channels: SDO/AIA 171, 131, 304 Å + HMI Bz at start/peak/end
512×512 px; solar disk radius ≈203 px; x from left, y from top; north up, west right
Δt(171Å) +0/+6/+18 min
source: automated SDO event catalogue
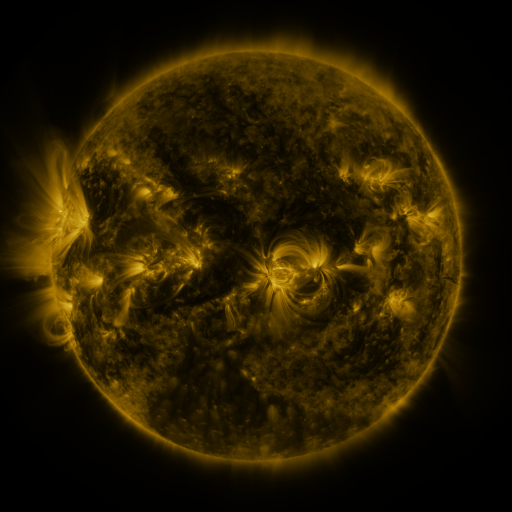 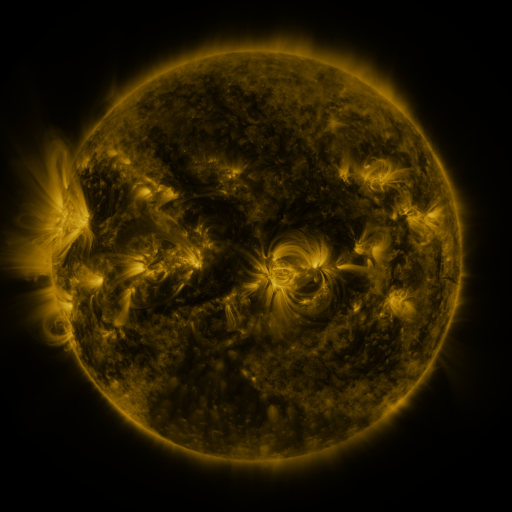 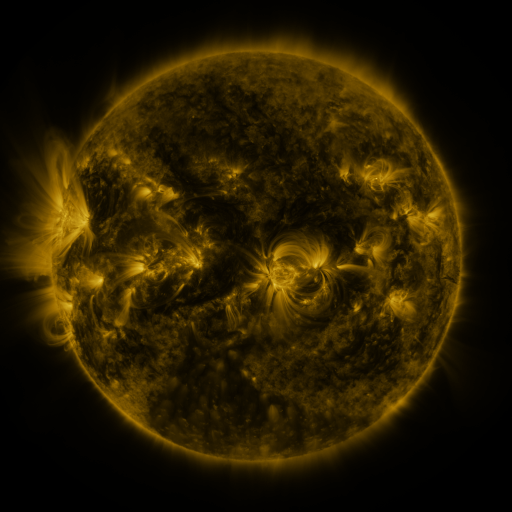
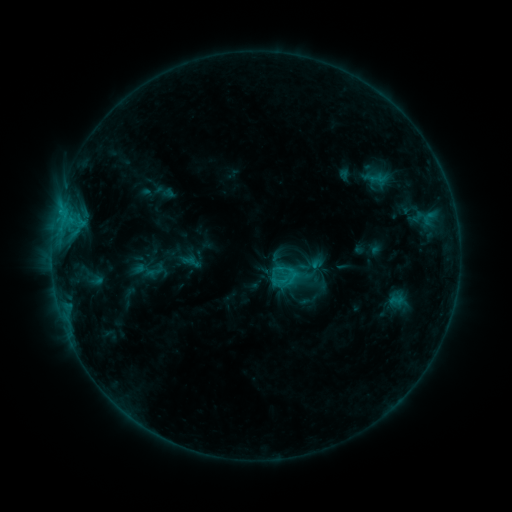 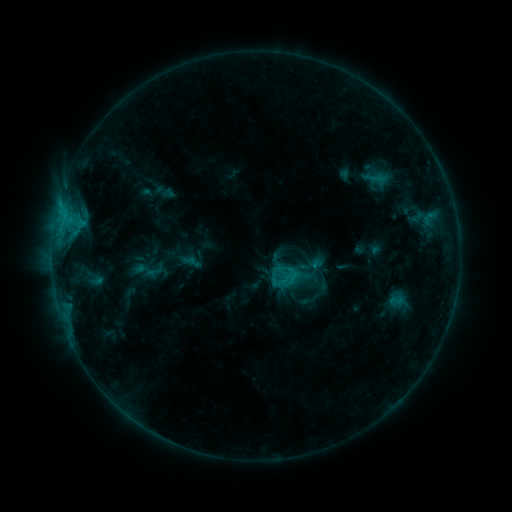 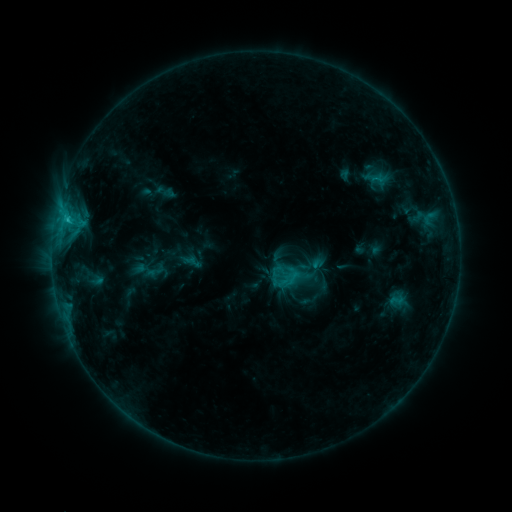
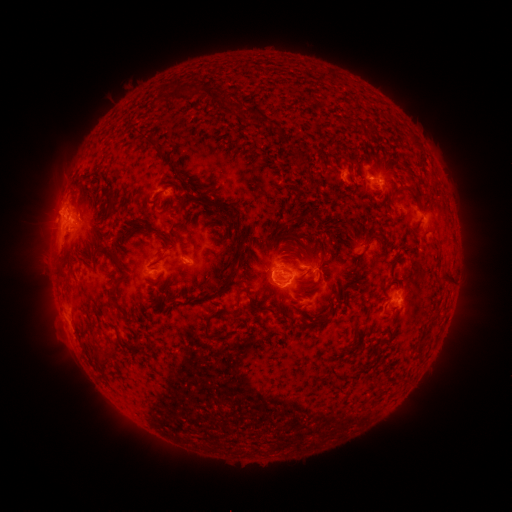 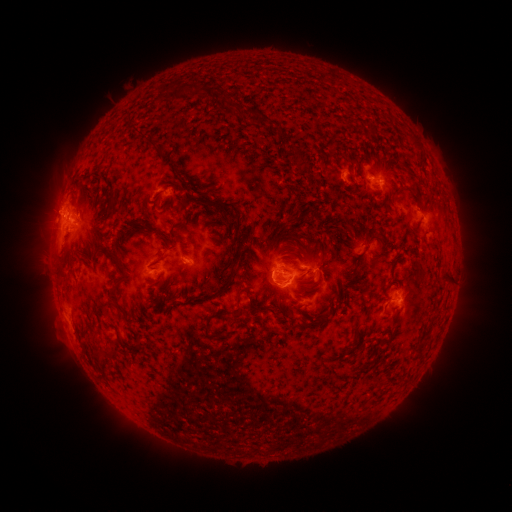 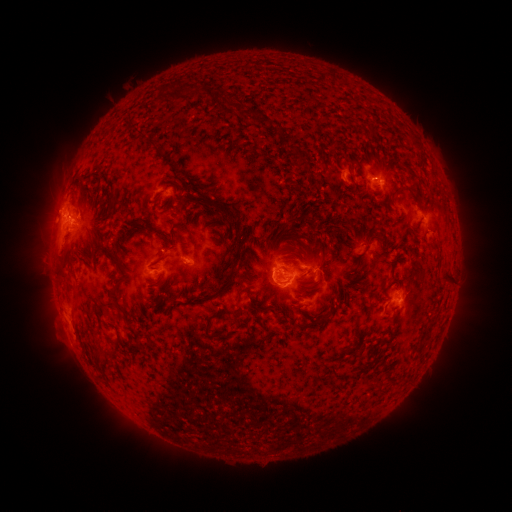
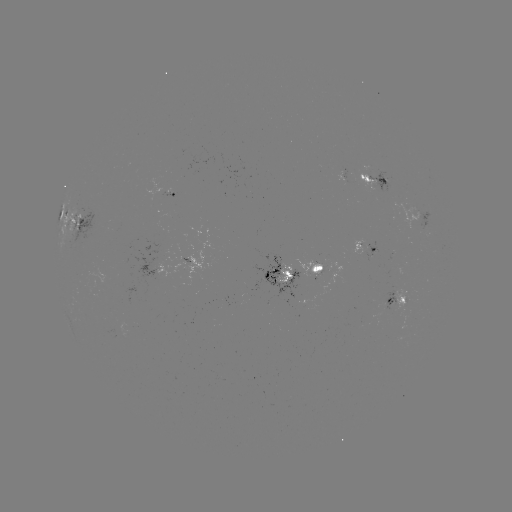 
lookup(C2.4 flare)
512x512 69,220